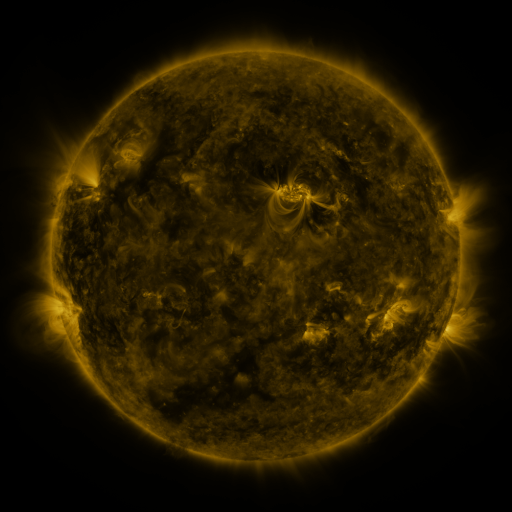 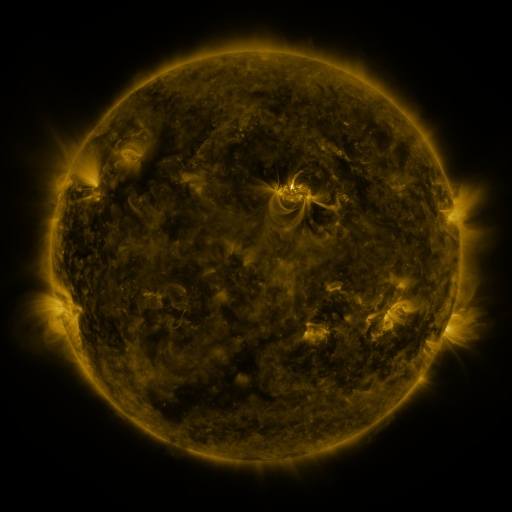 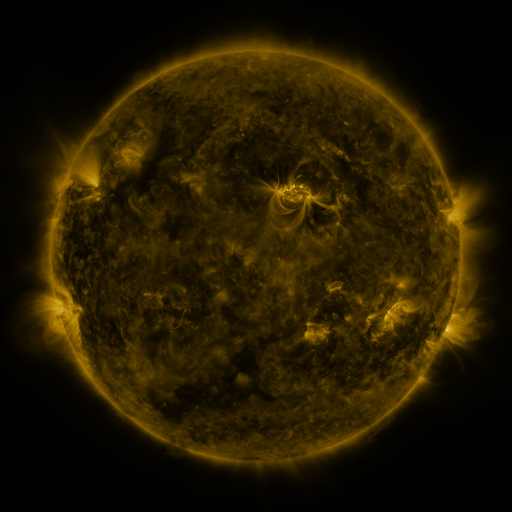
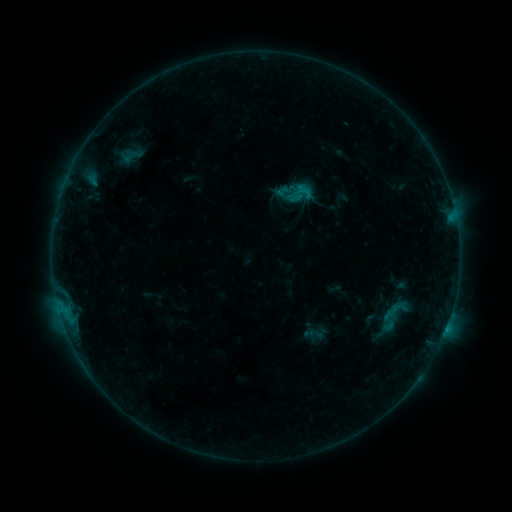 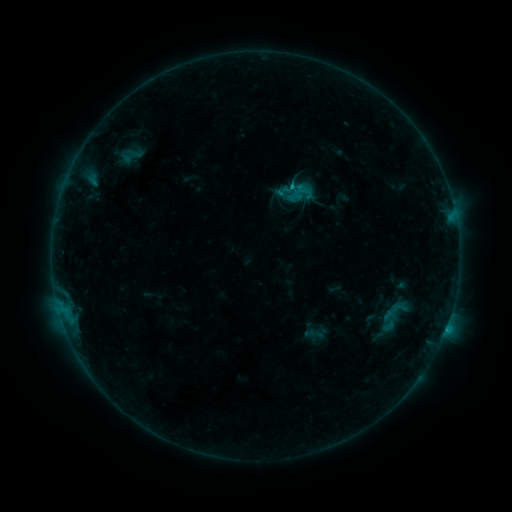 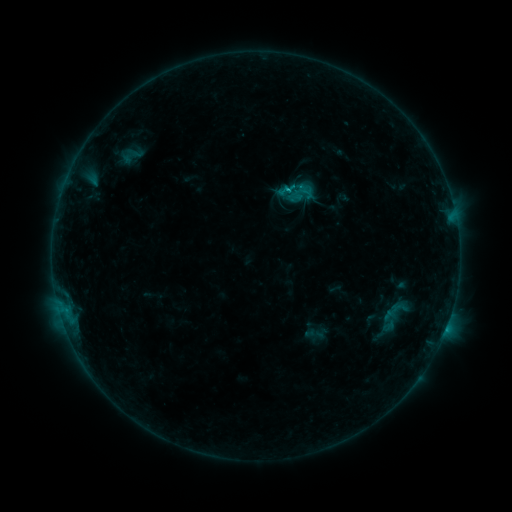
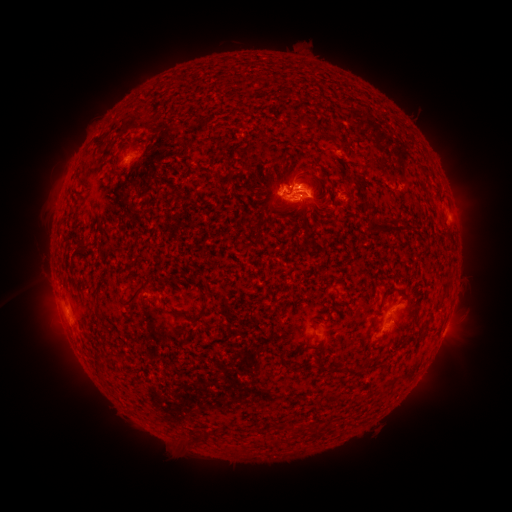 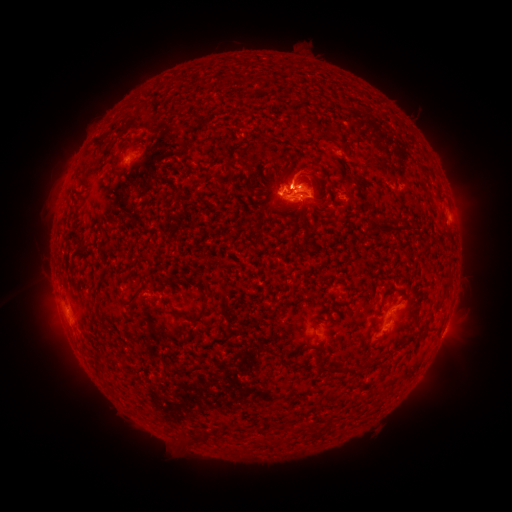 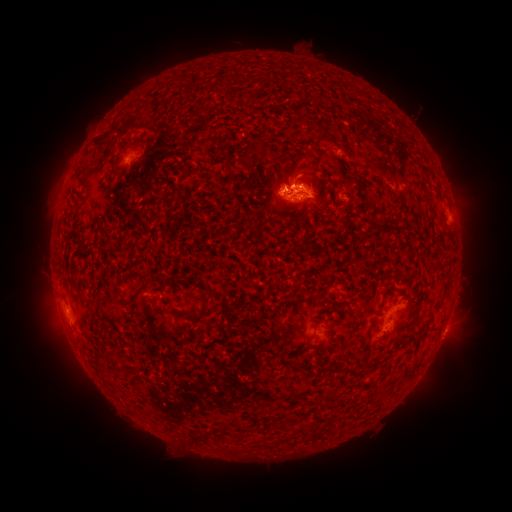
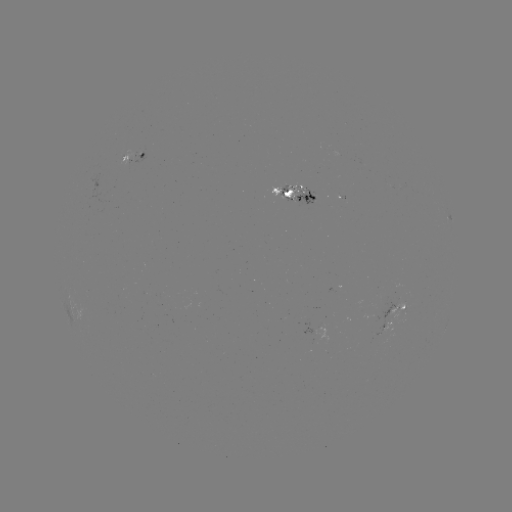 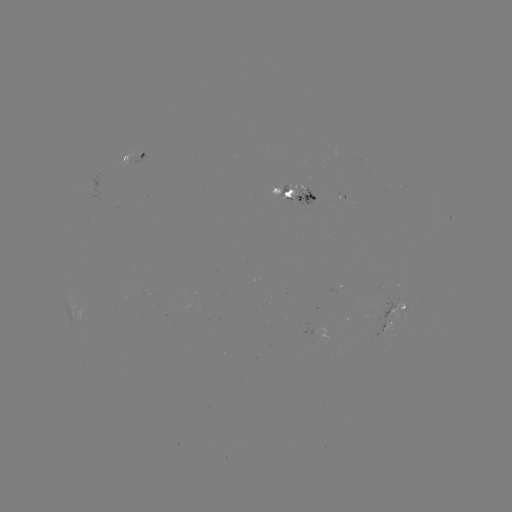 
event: eruption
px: (297, 169)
